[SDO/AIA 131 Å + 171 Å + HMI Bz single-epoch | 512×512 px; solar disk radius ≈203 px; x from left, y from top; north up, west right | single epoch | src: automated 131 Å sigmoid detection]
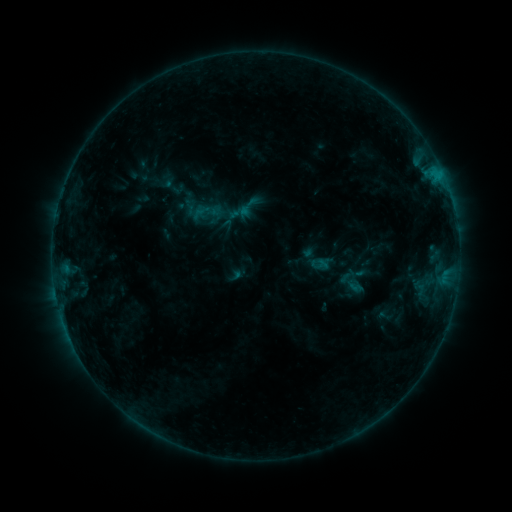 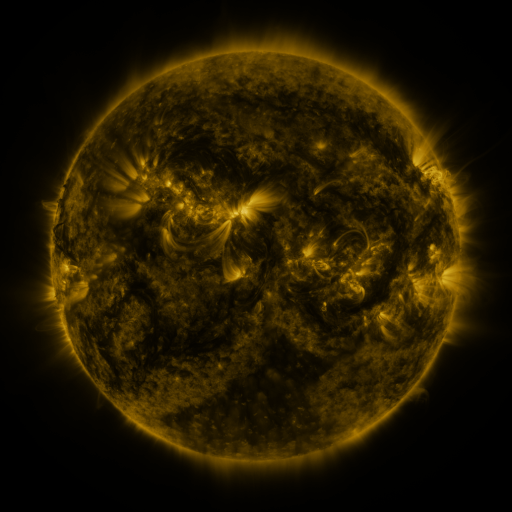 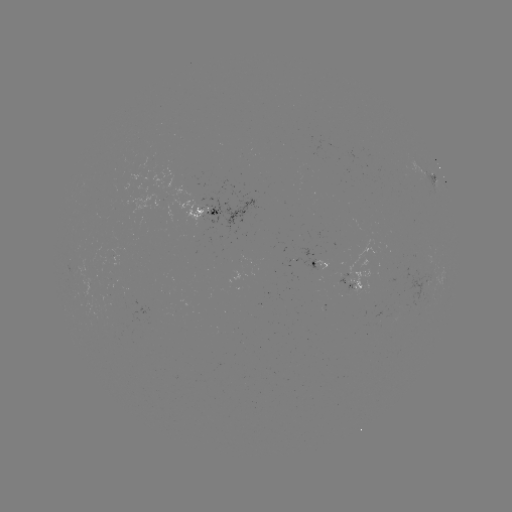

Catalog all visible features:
sigmoid: <bbox>237, 194, 260, 218</bbox>
sigmoid: <bbox>195, 200, 216, 221</bbox>
